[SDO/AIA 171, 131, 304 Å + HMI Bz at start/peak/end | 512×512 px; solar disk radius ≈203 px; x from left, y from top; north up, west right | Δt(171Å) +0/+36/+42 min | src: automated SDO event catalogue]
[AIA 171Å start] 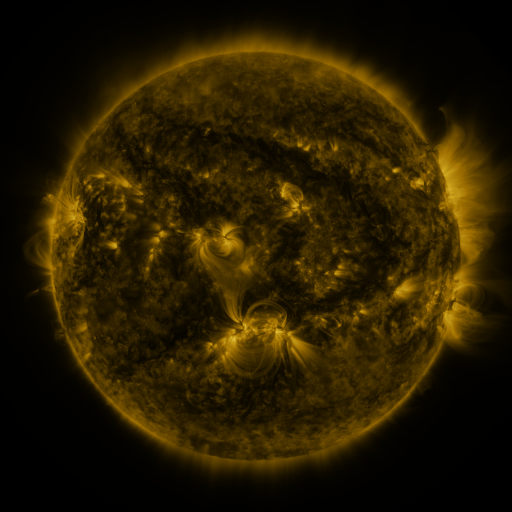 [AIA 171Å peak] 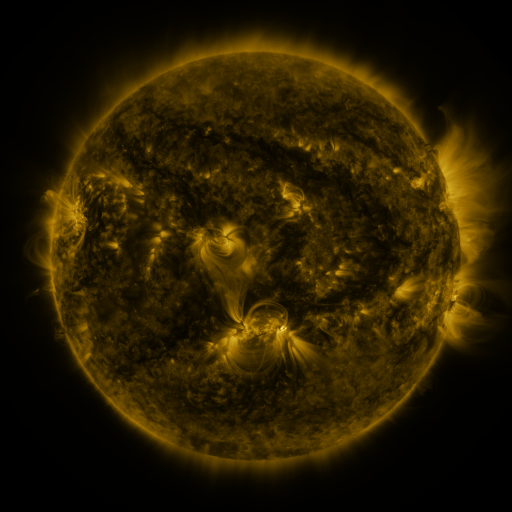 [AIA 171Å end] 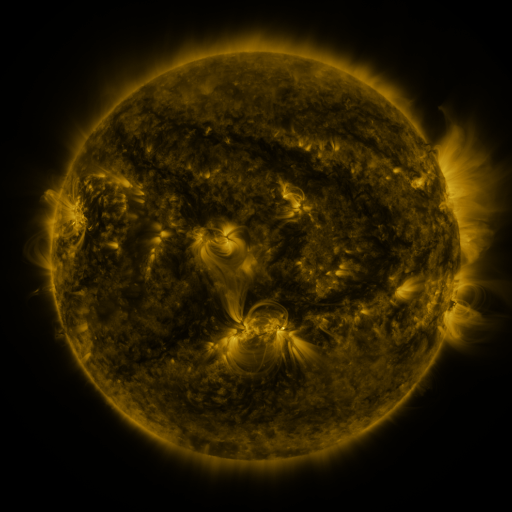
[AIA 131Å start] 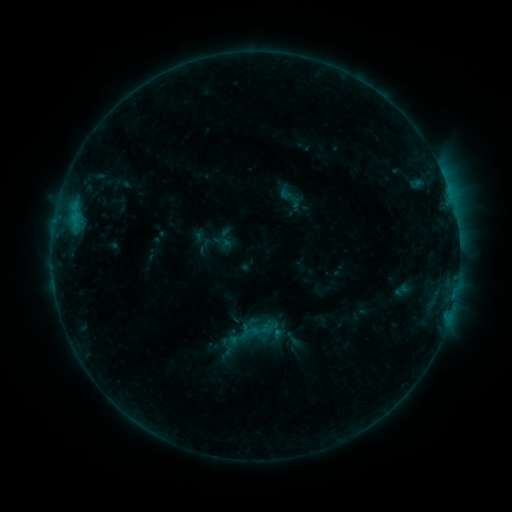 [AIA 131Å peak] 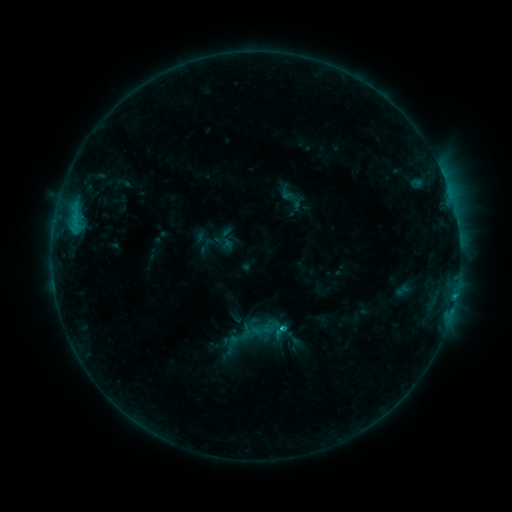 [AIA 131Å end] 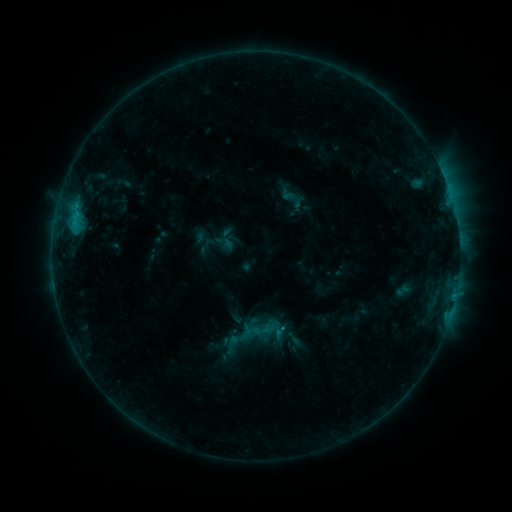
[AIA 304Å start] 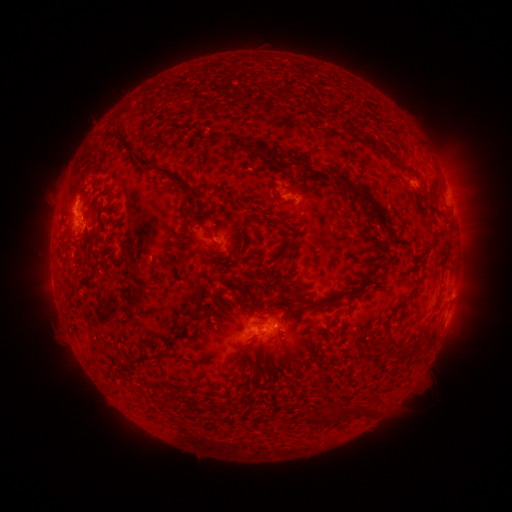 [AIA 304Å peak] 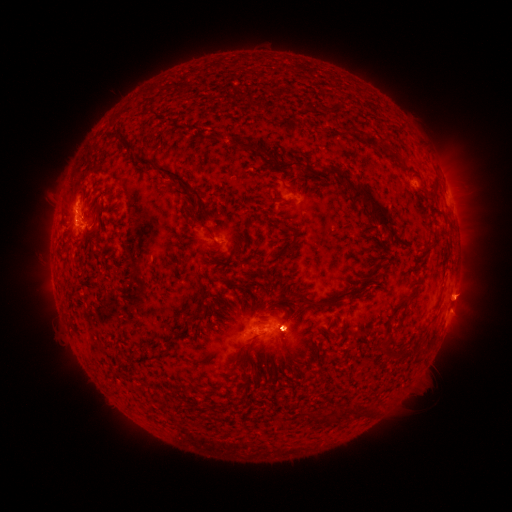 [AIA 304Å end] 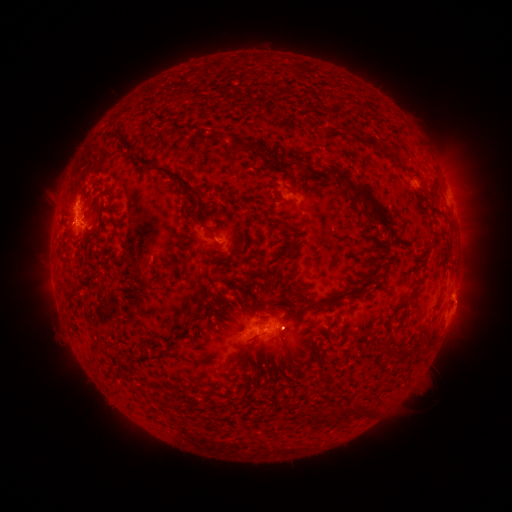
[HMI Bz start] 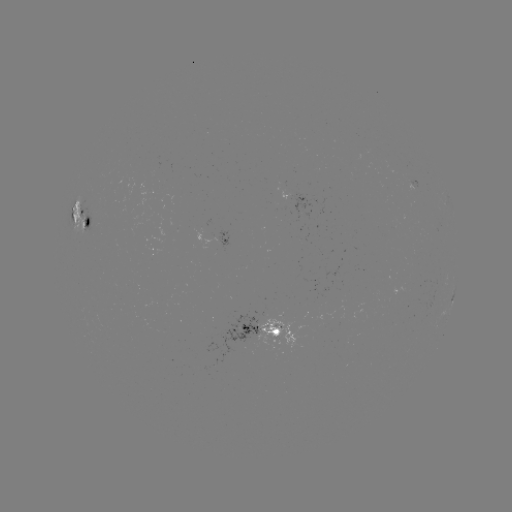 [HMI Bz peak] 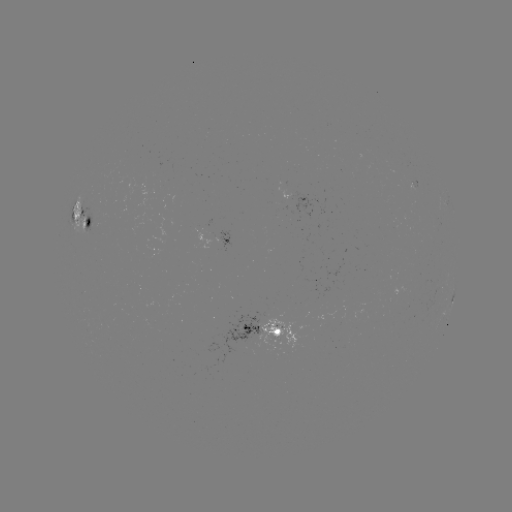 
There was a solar flare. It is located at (282, 326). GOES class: C1.4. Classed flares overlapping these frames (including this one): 1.